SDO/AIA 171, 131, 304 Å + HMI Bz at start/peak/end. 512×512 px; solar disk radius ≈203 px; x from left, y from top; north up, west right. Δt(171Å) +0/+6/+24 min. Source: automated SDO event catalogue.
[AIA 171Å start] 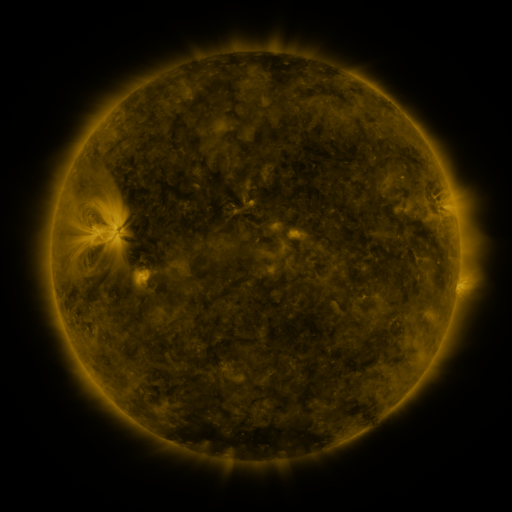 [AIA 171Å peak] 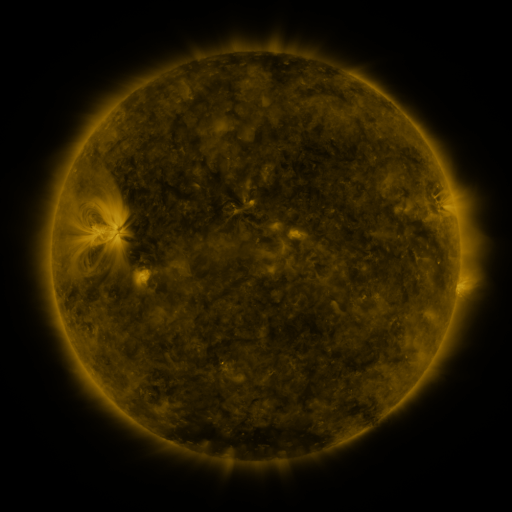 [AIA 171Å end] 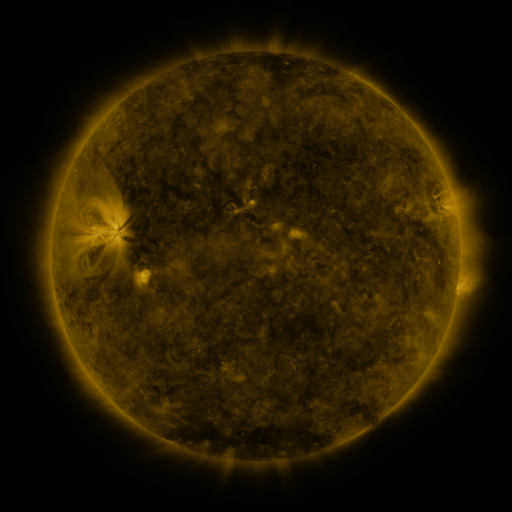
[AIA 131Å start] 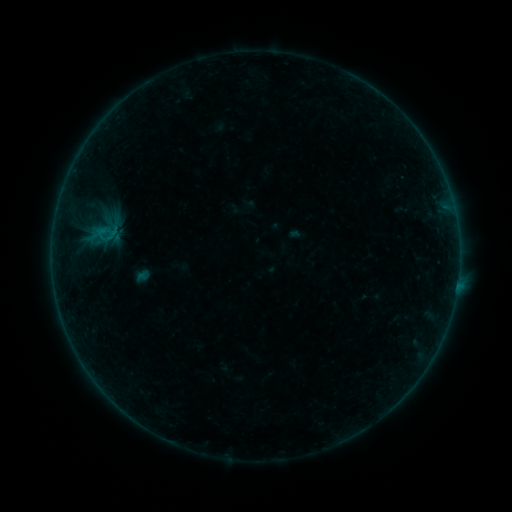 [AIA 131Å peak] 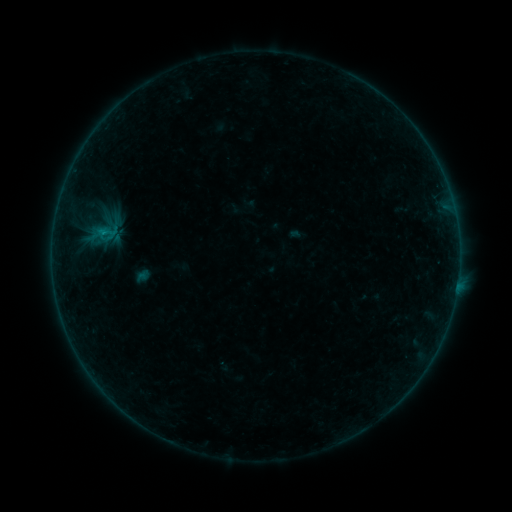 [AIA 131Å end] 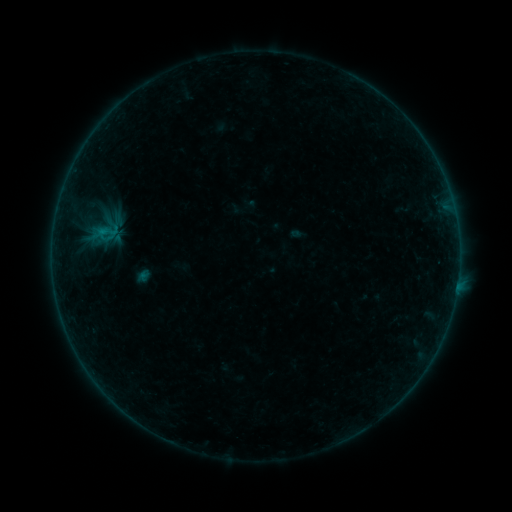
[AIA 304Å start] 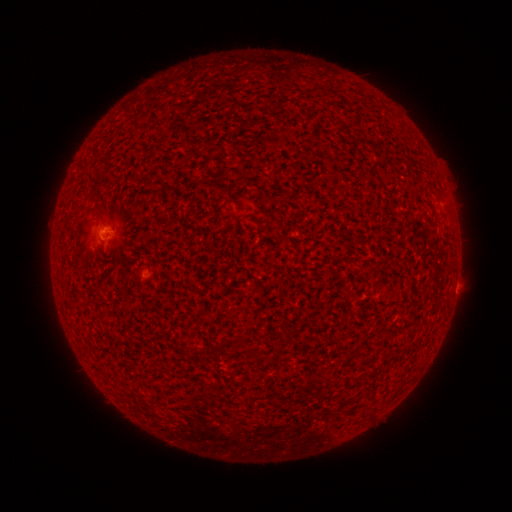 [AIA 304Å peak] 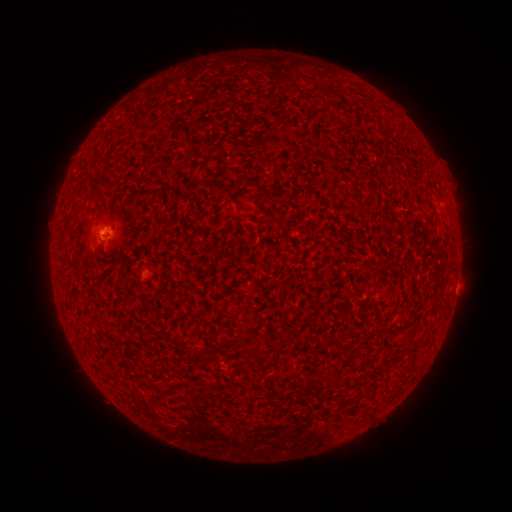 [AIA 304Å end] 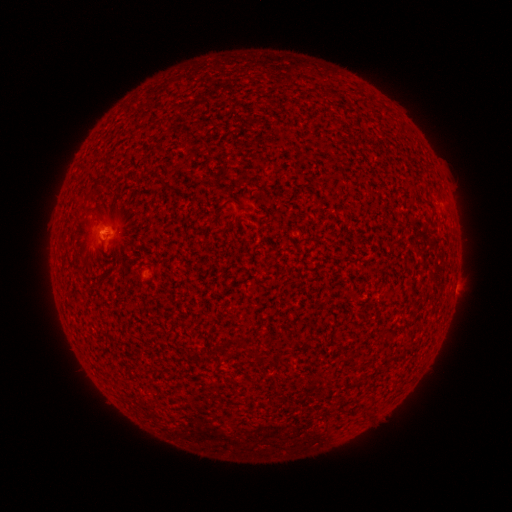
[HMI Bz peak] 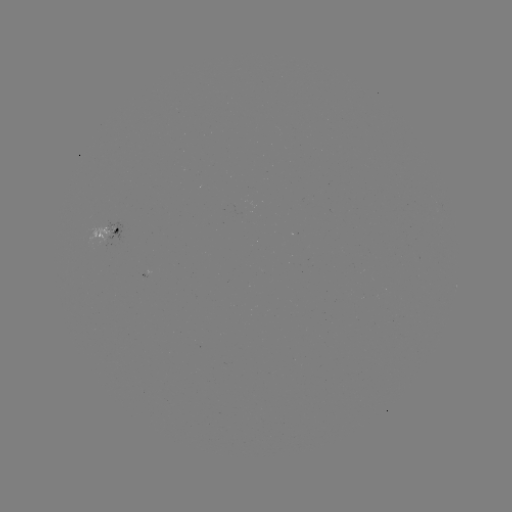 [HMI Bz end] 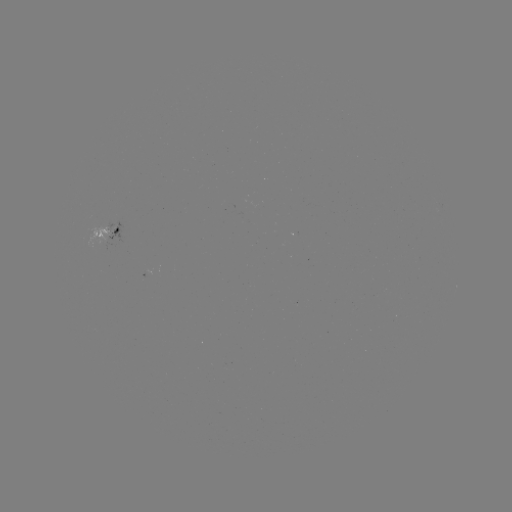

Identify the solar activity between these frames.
B1.8 flare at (104, 233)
